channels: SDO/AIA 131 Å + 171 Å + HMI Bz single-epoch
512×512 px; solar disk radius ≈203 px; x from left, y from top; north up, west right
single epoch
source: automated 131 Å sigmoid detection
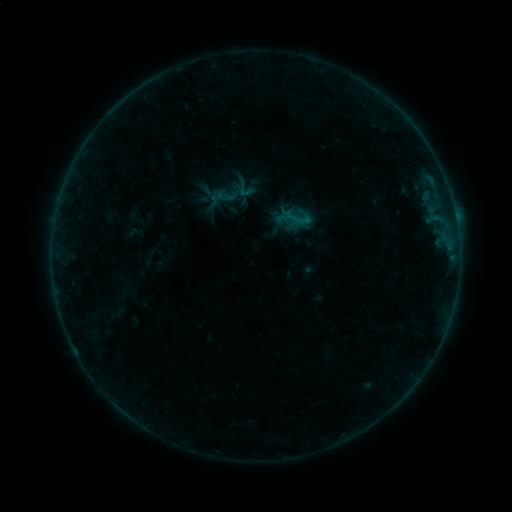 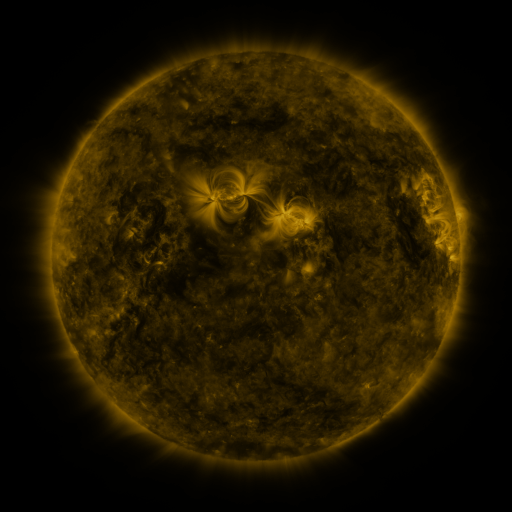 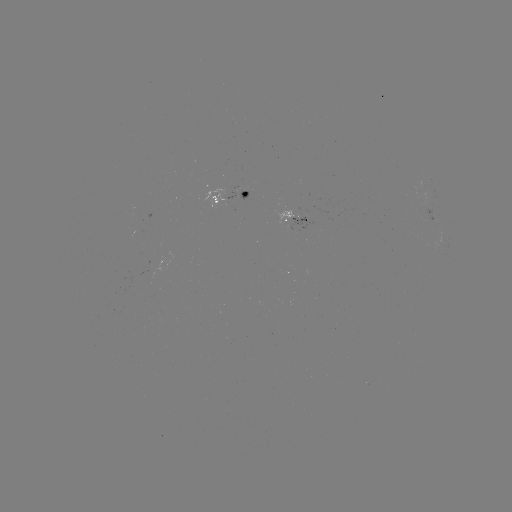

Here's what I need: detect sigmoid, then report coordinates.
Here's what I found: sigmoid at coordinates (245, 189).